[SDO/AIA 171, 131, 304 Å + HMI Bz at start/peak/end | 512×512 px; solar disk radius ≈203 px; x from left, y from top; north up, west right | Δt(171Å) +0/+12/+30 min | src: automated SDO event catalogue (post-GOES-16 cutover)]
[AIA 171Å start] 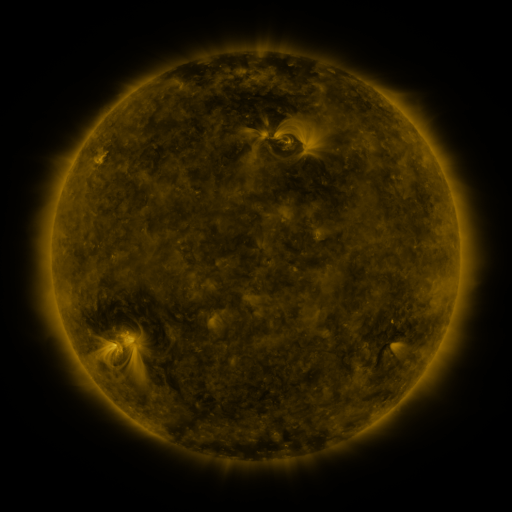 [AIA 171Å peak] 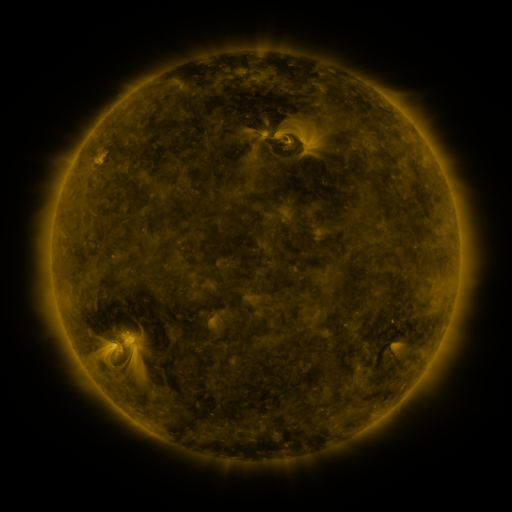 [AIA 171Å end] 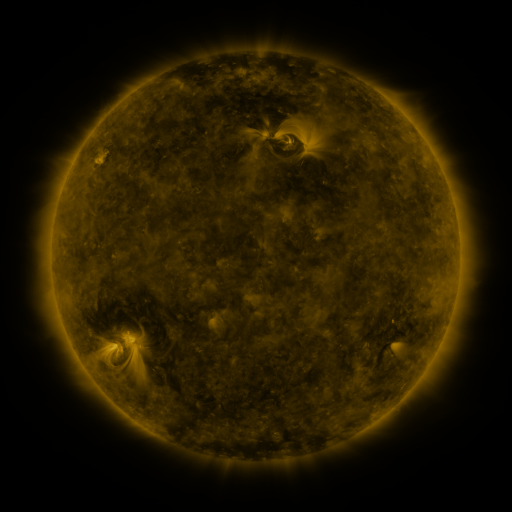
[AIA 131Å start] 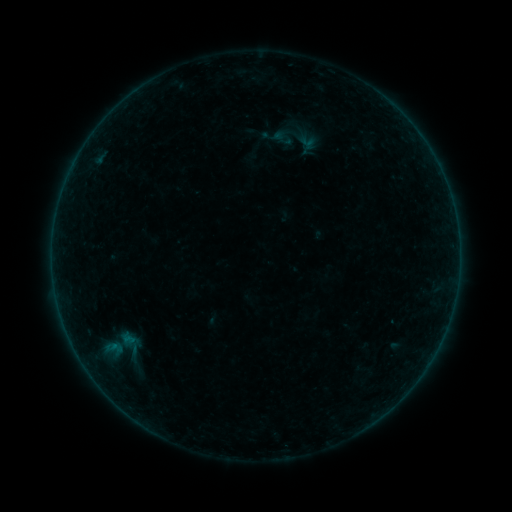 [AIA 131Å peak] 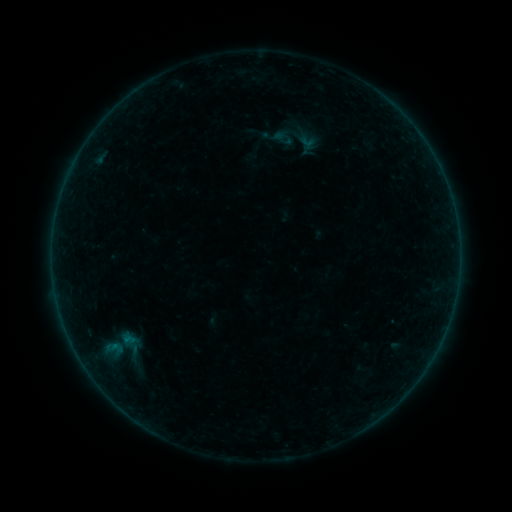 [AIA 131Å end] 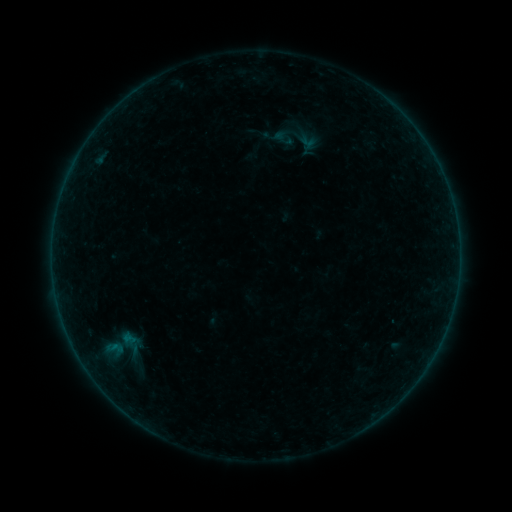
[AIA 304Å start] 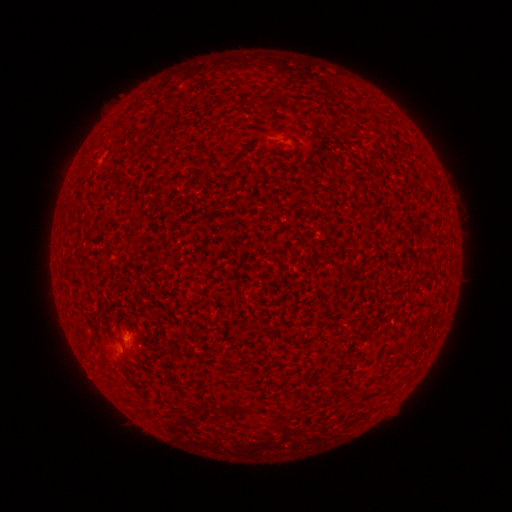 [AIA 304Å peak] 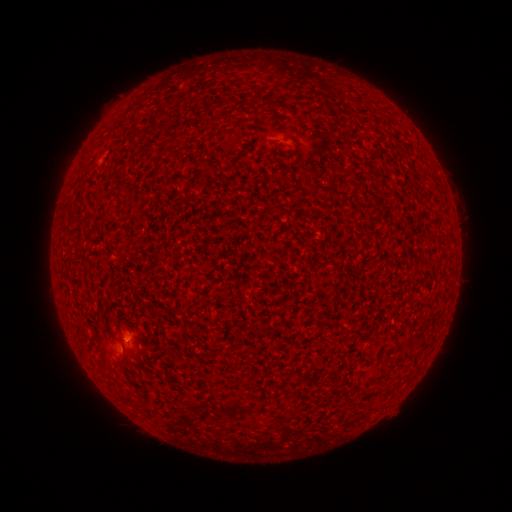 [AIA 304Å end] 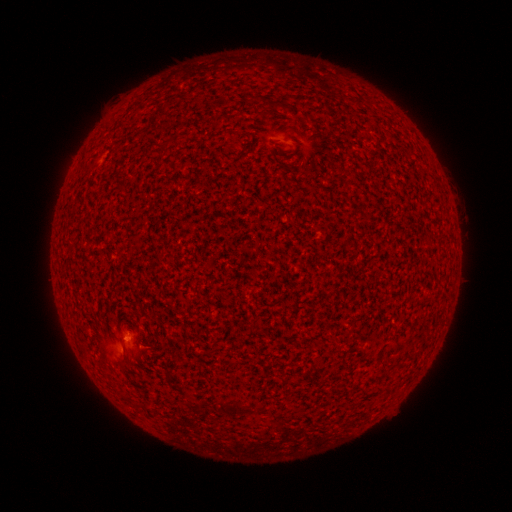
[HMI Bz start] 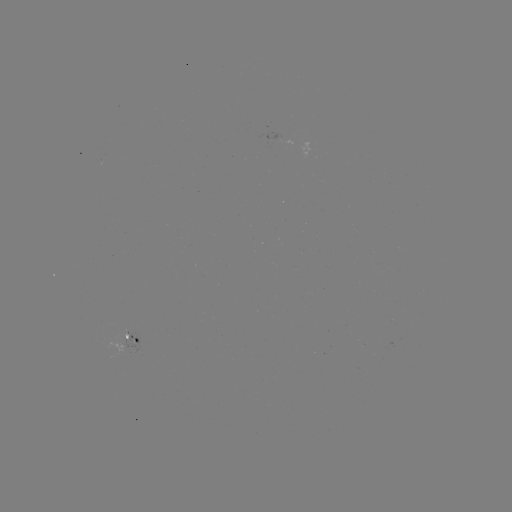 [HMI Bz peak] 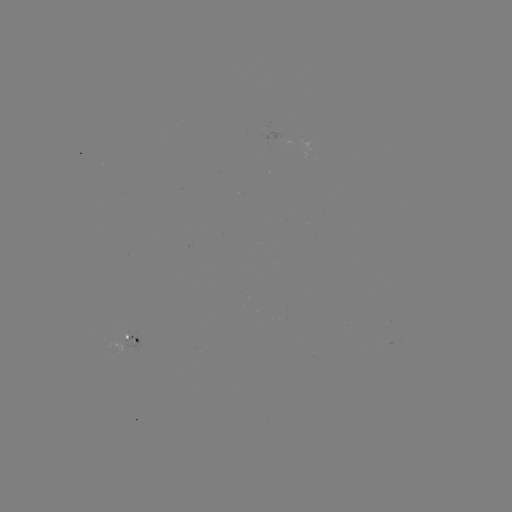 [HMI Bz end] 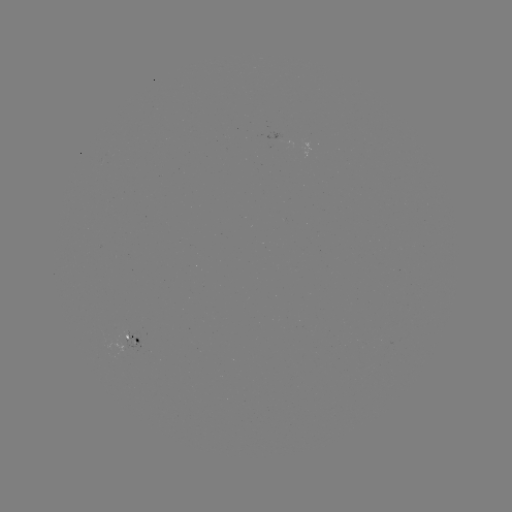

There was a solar flare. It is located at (126, 338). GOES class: A5.8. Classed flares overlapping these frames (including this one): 2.